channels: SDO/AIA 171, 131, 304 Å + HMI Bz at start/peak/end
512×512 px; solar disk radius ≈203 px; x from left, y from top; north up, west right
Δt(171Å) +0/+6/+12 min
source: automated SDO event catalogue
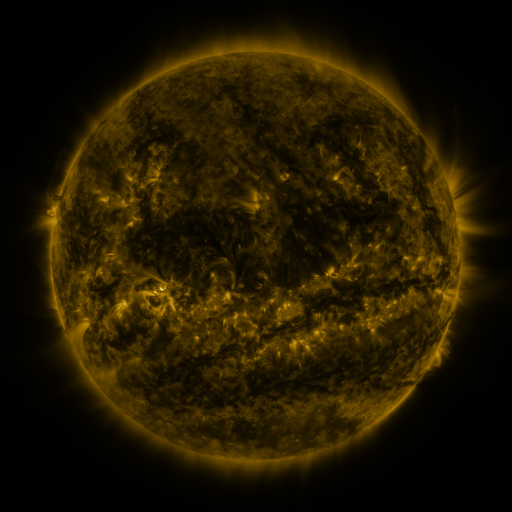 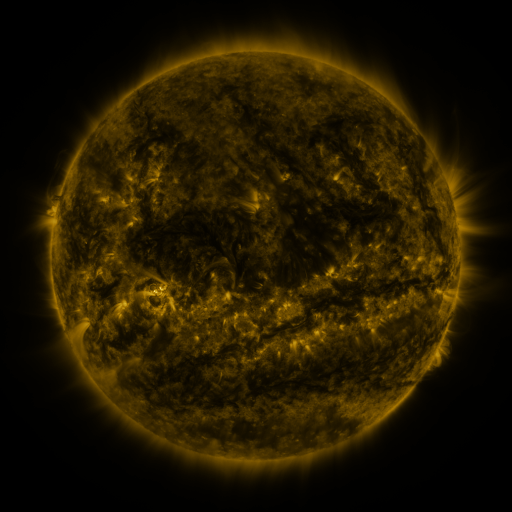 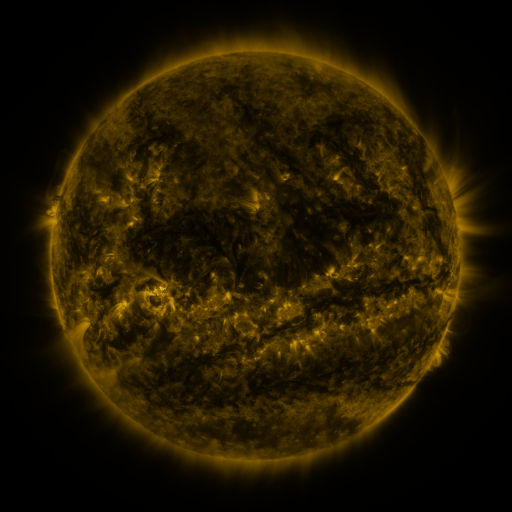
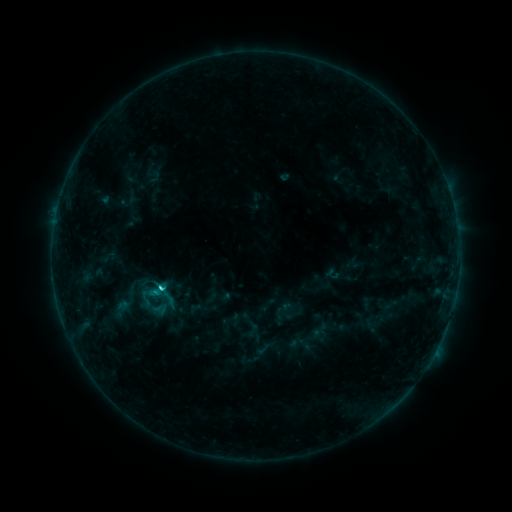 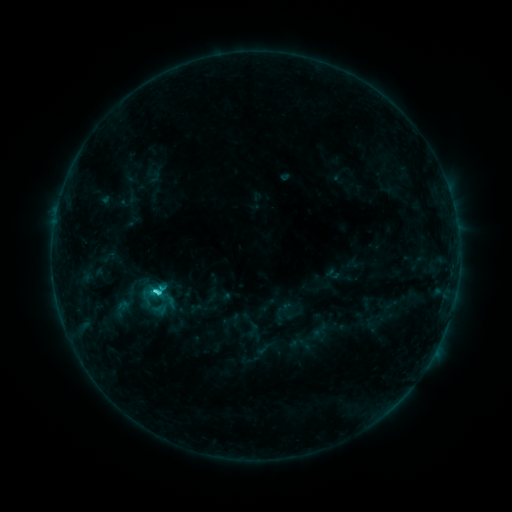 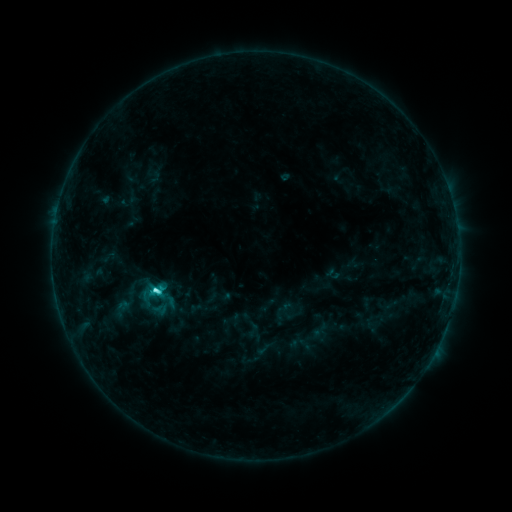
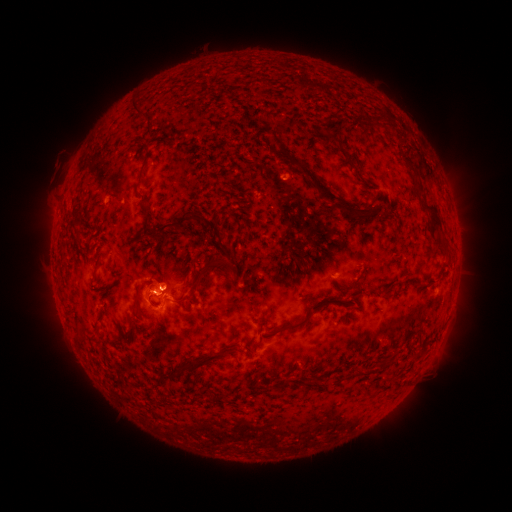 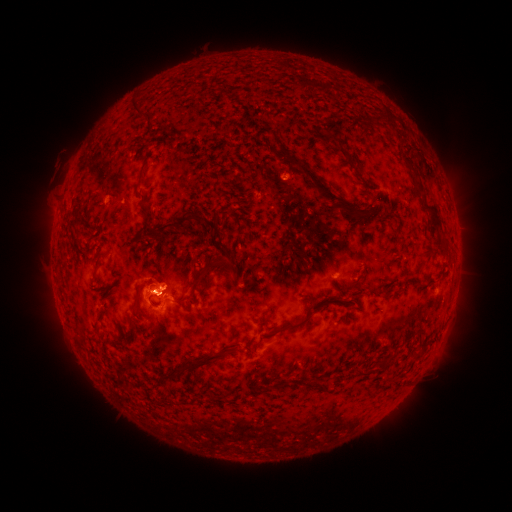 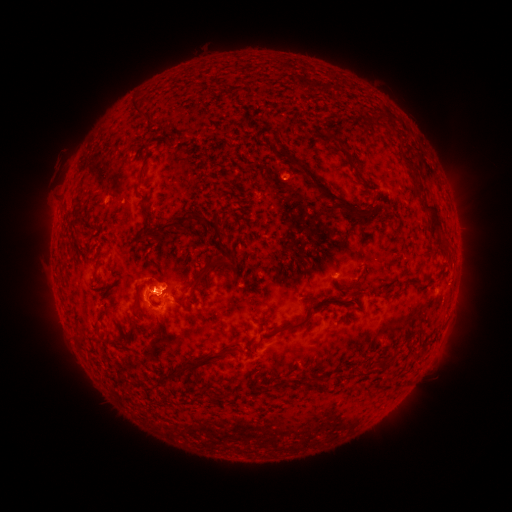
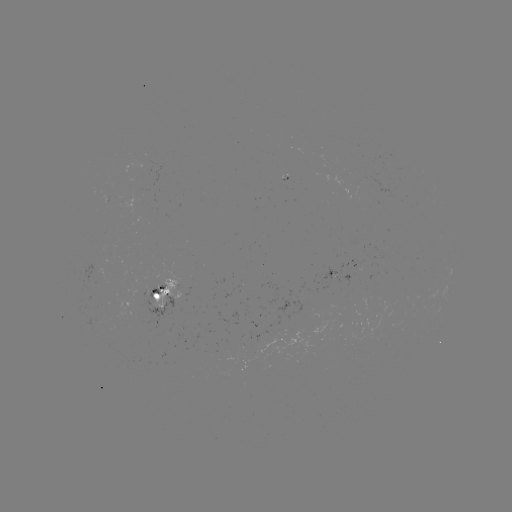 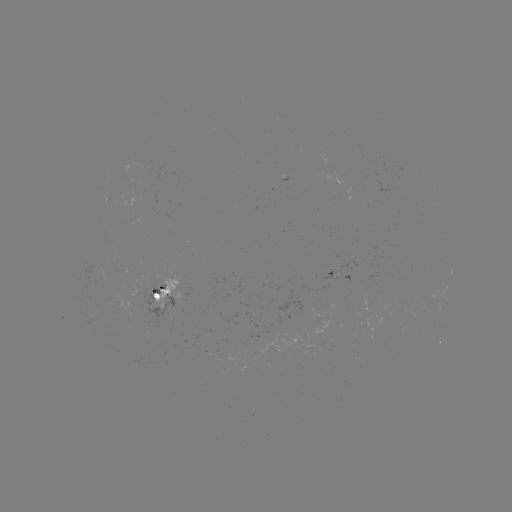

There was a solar flare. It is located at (155, 294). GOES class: C3.3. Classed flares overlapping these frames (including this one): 1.